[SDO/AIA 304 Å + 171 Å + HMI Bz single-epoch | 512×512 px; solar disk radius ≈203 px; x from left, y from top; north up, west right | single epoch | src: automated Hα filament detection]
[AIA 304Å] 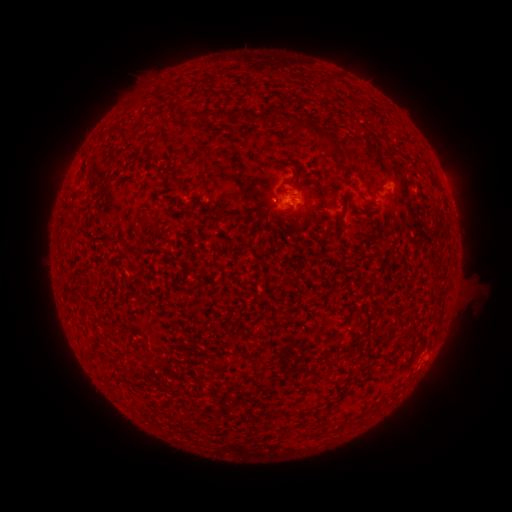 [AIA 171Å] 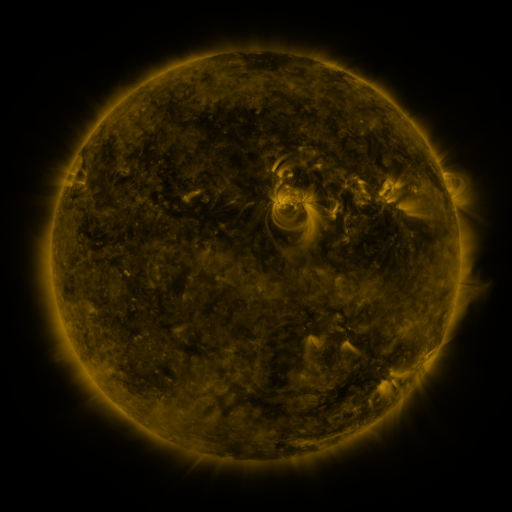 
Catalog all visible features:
filament: (328, 81)
filament: (161, 100)
filament: (202, 115)
filament: (225, 117)
filament: (266, 119)
filament: (131, 131)
filament: (321, 137)
filament: (155, 170)
filament: (257, 366)
